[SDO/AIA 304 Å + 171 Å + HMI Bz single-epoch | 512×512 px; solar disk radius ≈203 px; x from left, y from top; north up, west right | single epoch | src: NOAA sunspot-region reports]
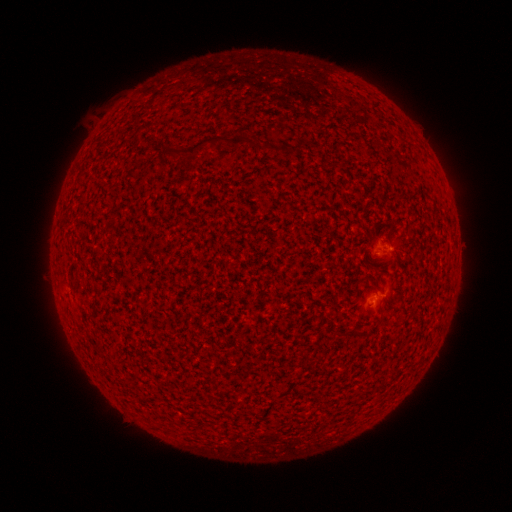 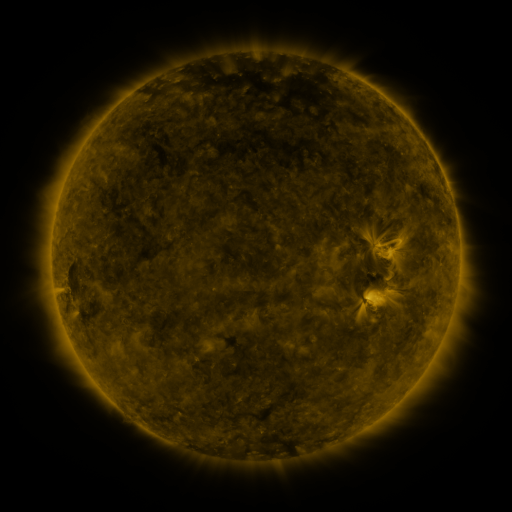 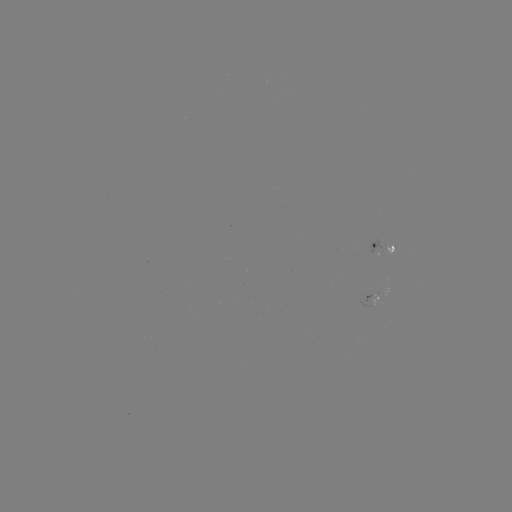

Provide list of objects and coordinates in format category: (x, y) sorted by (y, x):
spotted active region: (383, 247)
spotted active region: (375, 297)
